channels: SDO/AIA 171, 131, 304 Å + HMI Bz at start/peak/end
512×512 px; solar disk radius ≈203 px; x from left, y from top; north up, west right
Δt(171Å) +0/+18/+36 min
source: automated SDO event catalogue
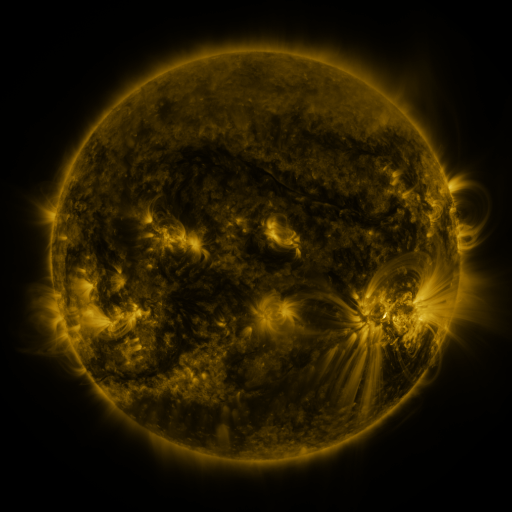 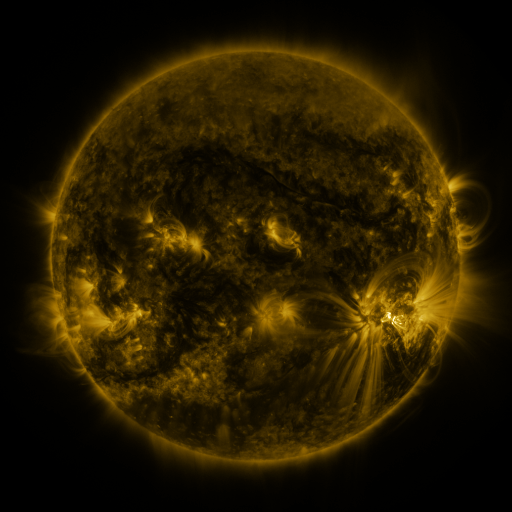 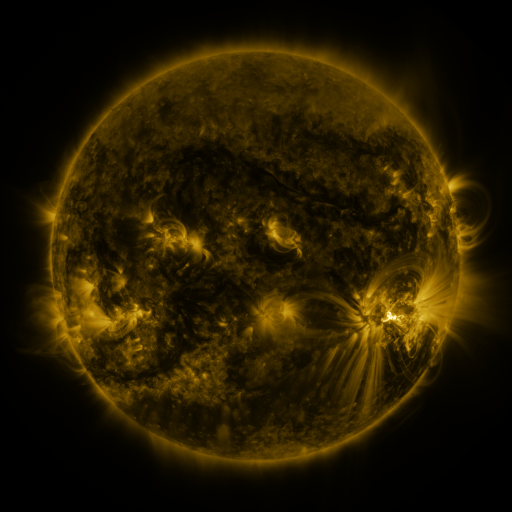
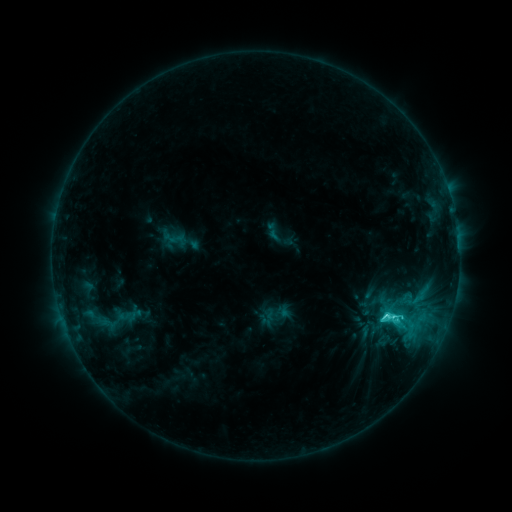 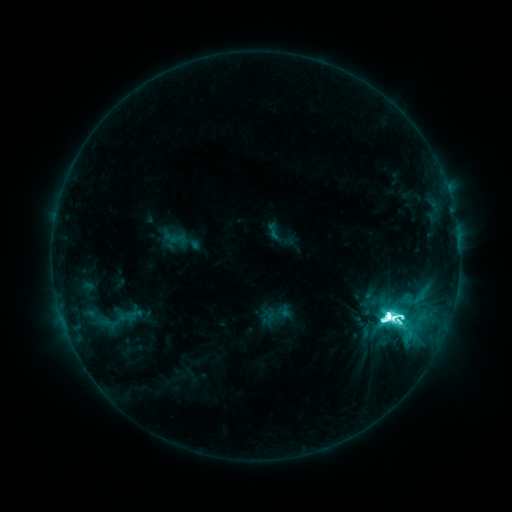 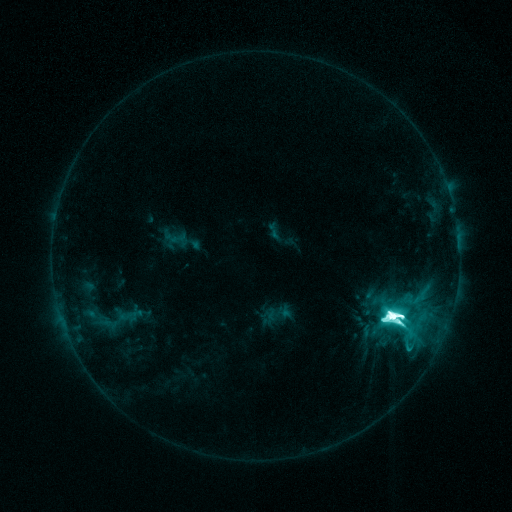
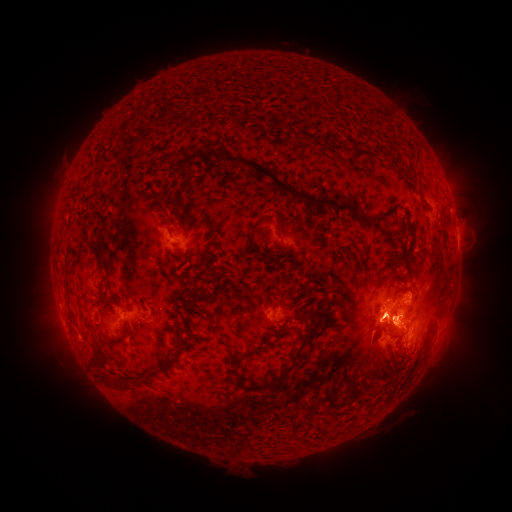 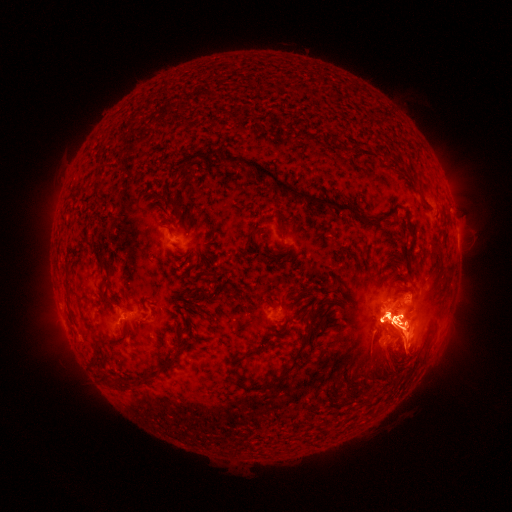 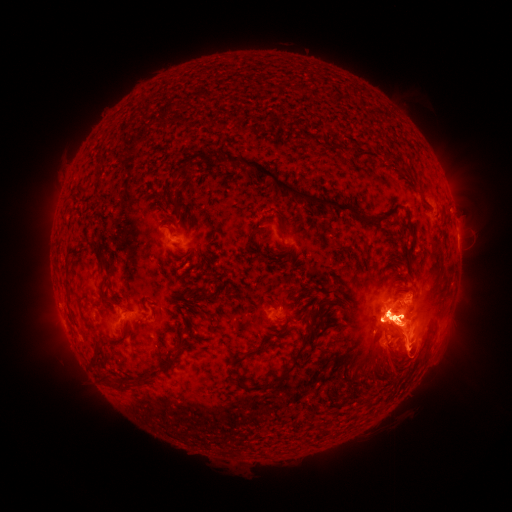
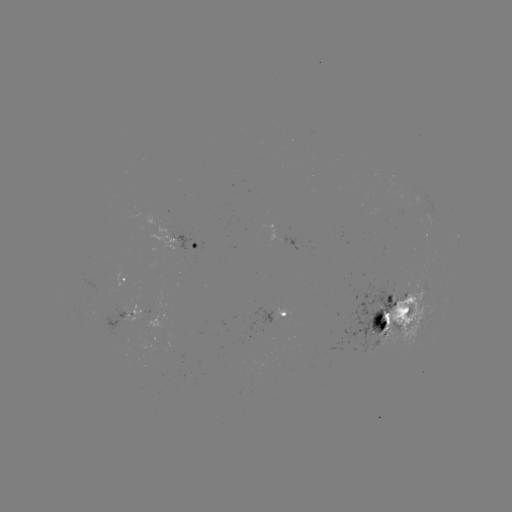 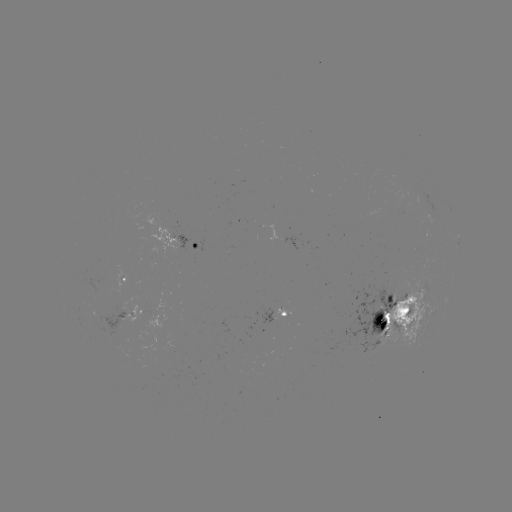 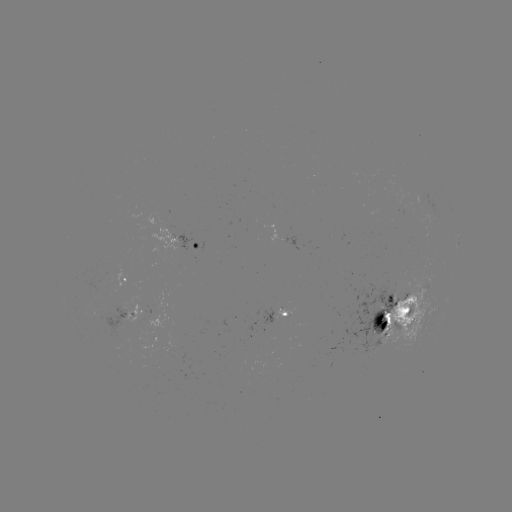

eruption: (334, 249, 484, 390)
